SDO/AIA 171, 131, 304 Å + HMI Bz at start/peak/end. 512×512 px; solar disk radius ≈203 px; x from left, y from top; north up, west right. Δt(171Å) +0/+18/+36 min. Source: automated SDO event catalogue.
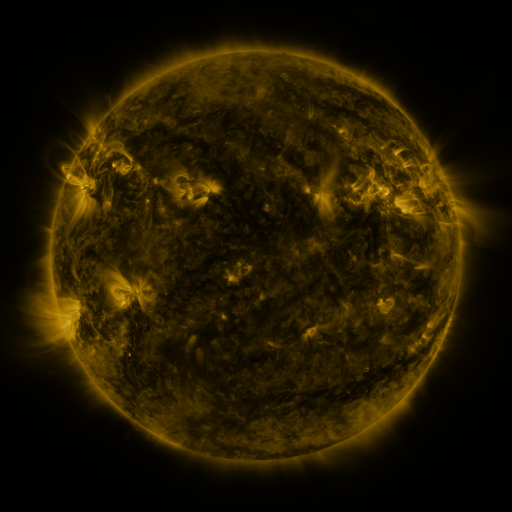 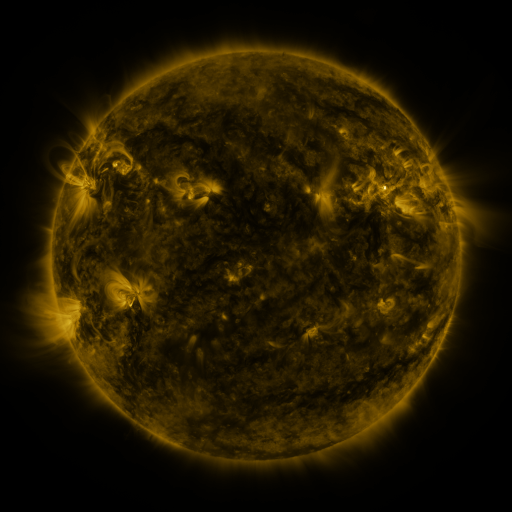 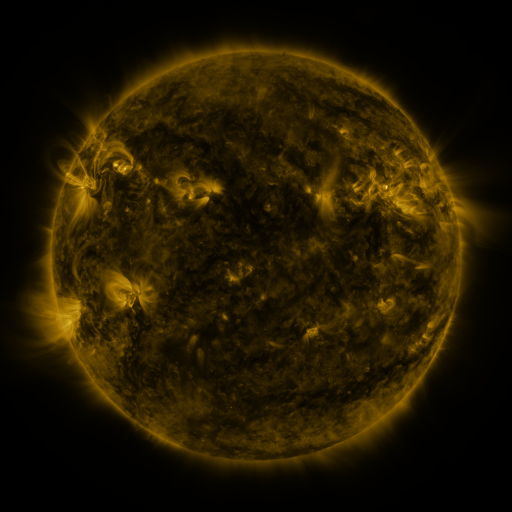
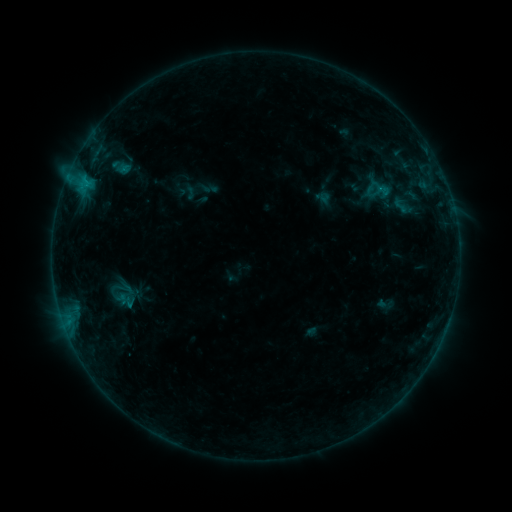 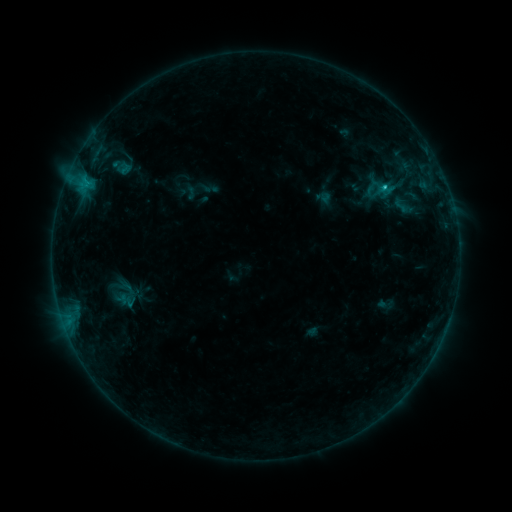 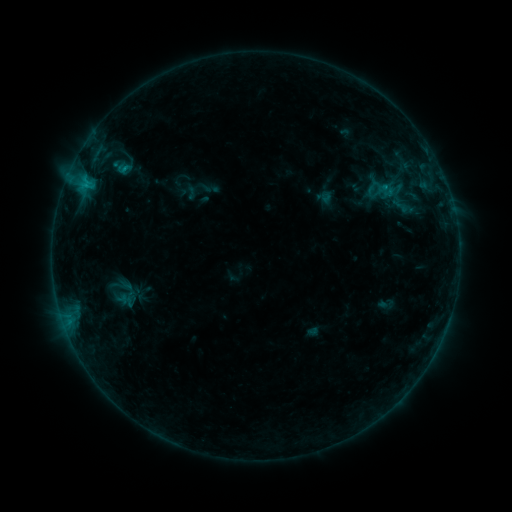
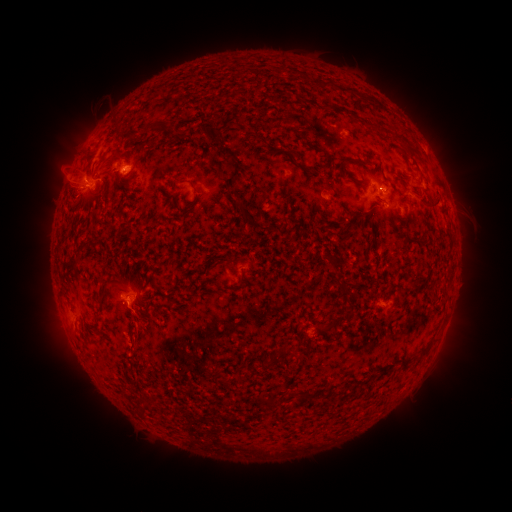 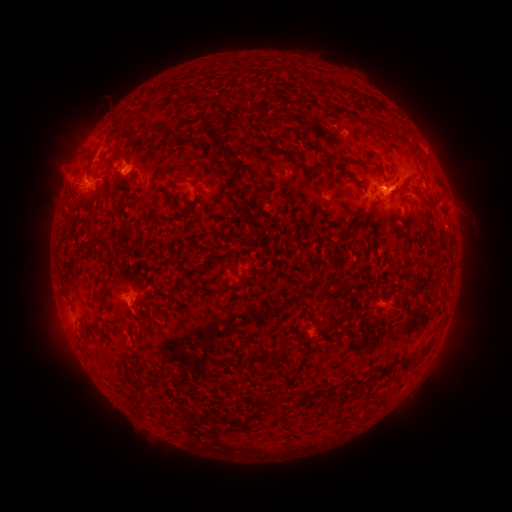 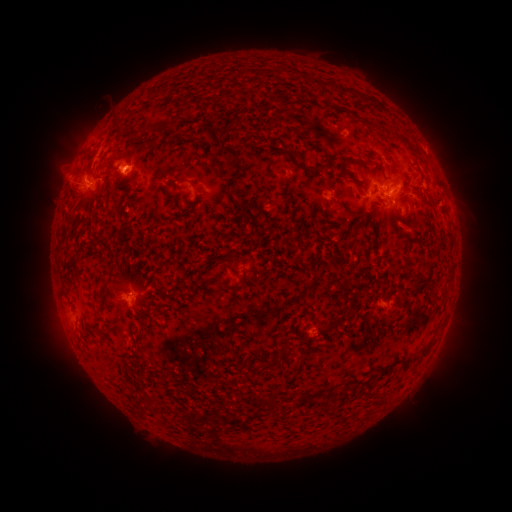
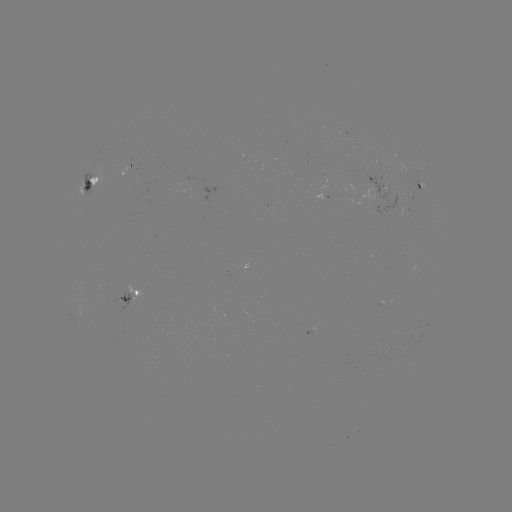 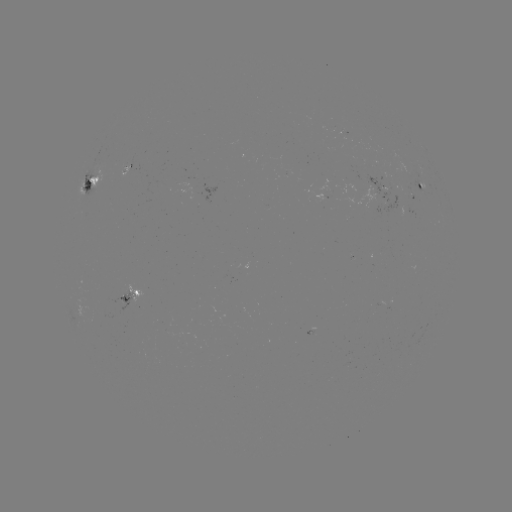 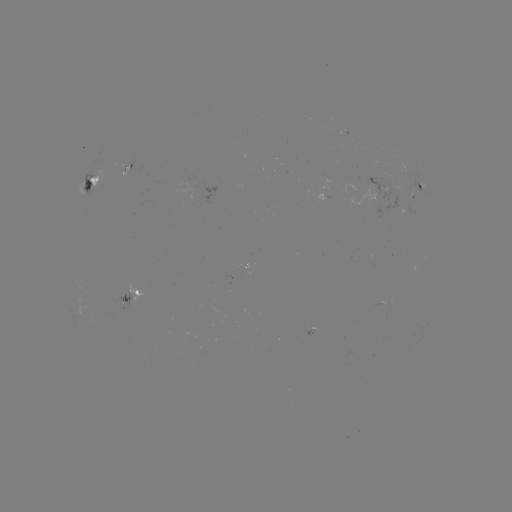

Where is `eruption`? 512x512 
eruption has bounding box [341, 121, 465, 241].